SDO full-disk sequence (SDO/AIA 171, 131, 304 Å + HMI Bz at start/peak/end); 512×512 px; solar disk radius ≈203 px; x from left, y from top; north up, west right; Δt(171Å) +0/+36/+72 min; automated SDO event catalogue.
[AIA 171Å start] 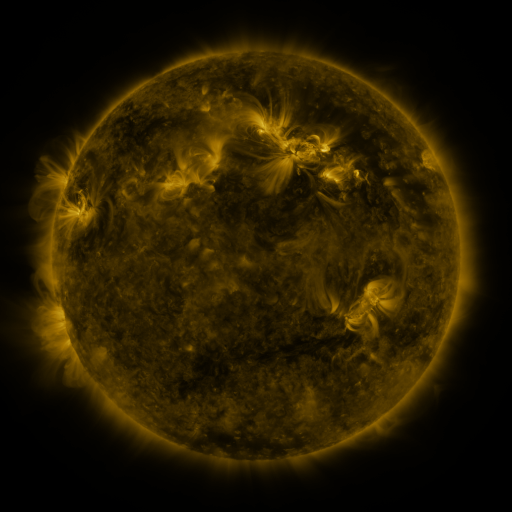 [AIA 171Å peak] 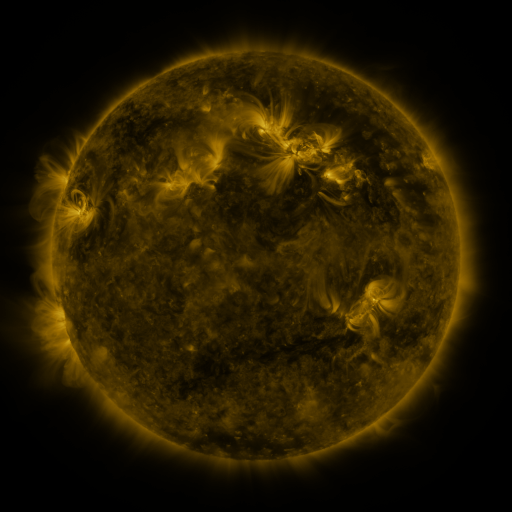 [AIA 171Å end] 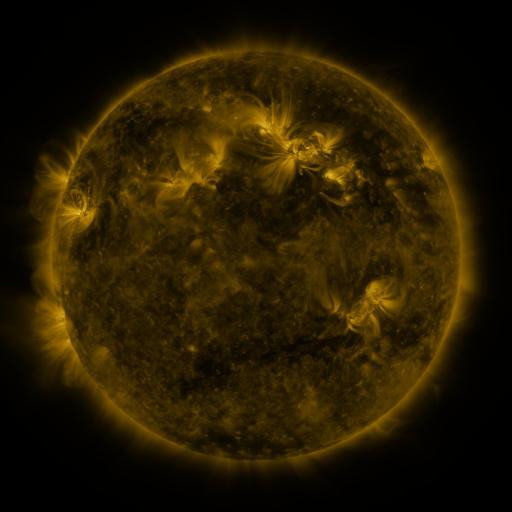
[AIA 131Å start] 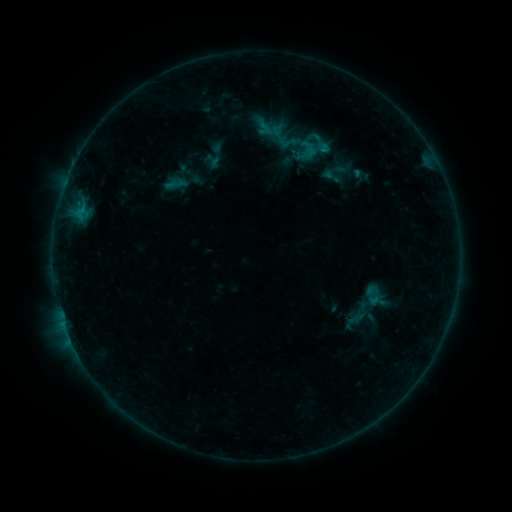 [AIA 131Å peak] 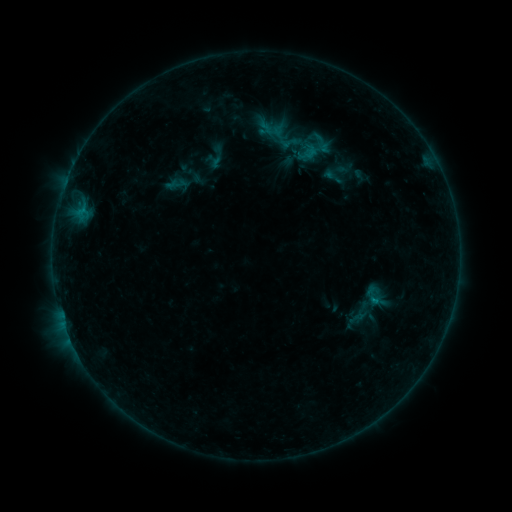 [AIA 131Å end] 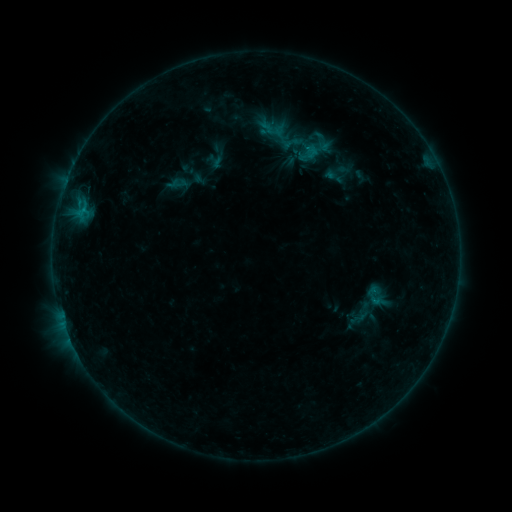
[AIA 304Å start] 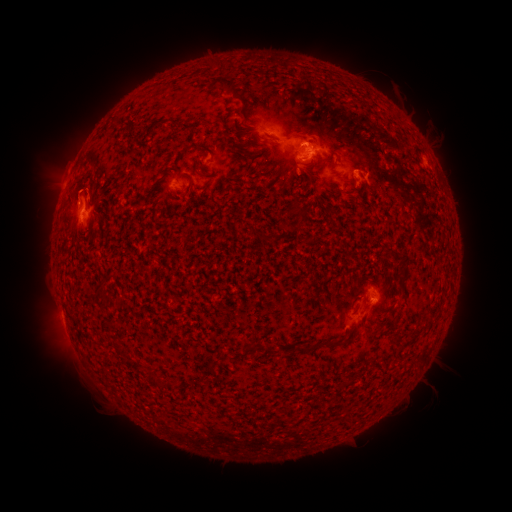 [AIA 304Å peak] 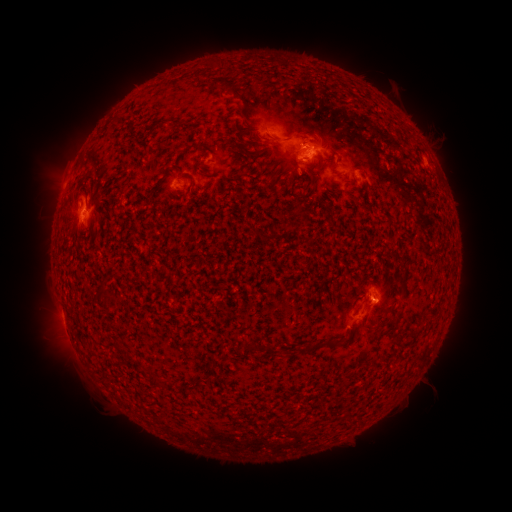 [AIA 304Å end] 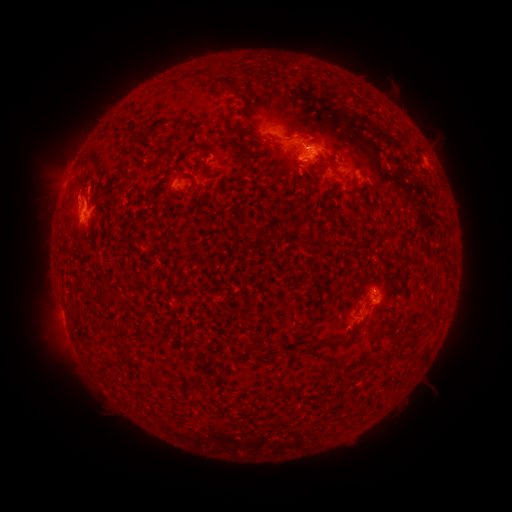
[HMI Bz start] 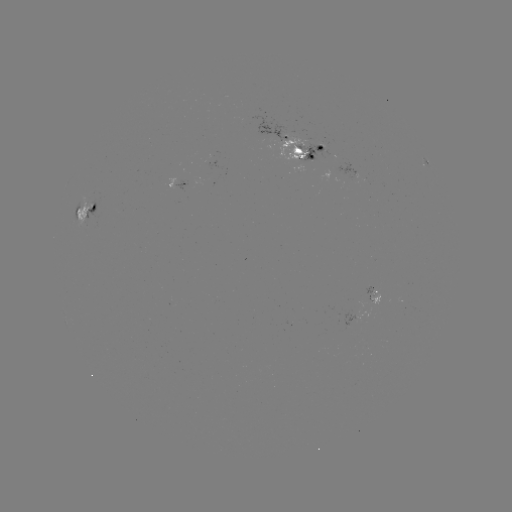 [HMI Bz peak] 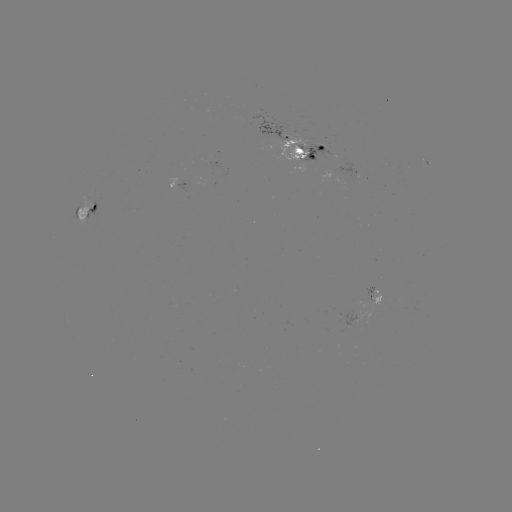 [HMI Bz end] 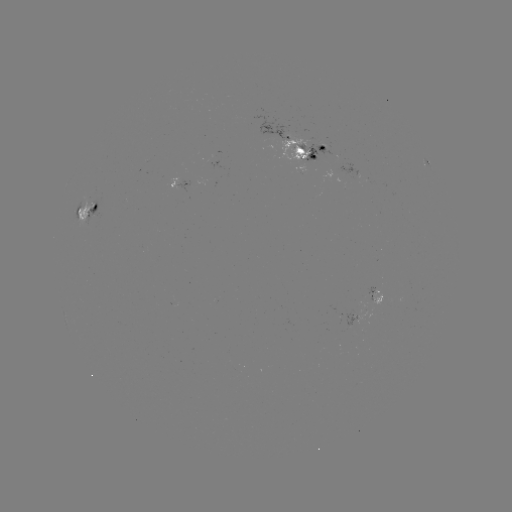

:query emerging-flux region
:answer [91, 207]